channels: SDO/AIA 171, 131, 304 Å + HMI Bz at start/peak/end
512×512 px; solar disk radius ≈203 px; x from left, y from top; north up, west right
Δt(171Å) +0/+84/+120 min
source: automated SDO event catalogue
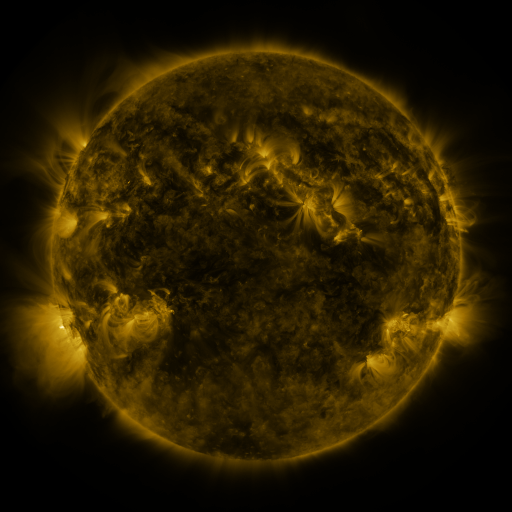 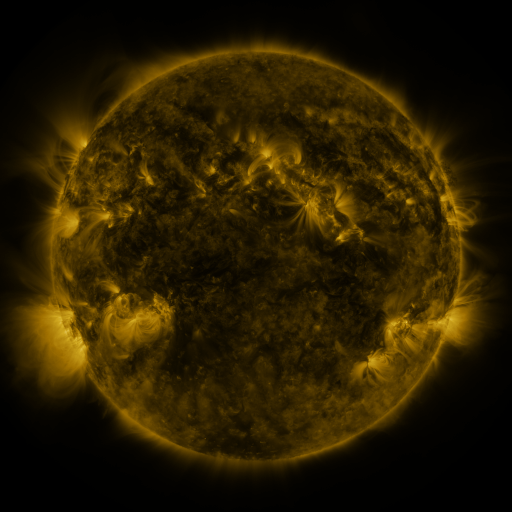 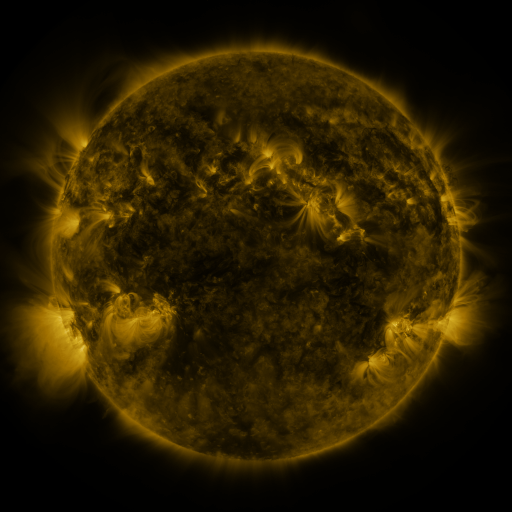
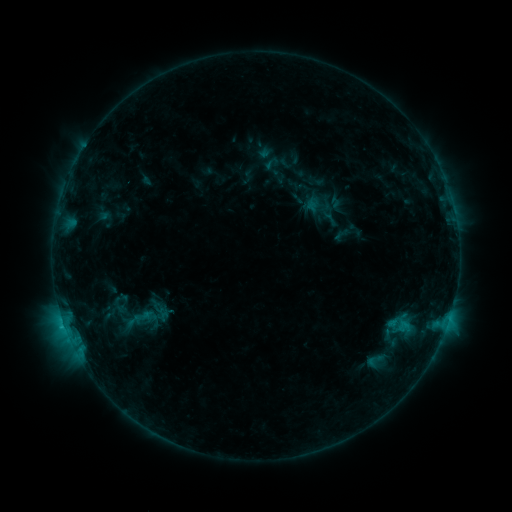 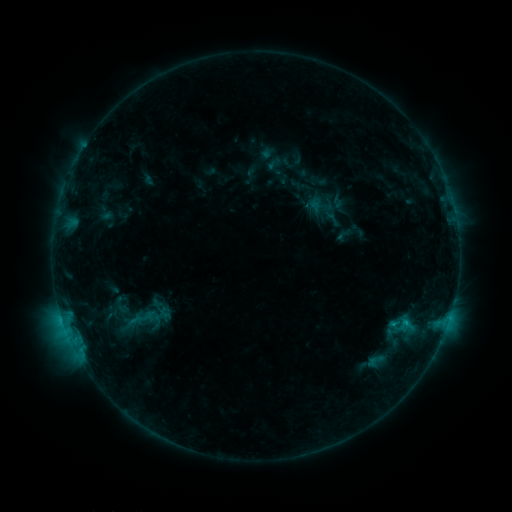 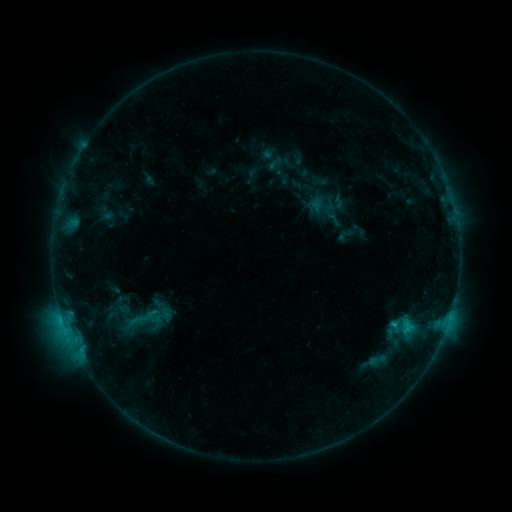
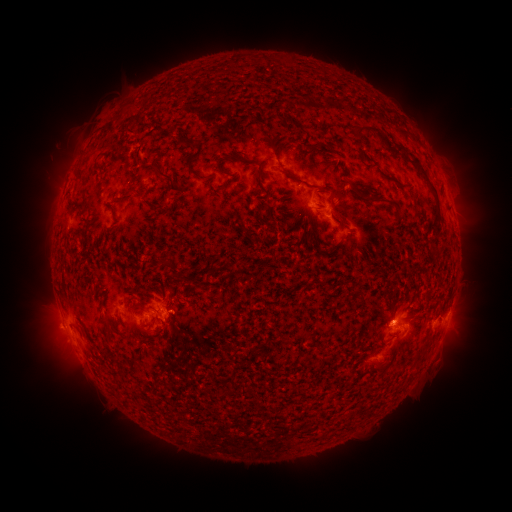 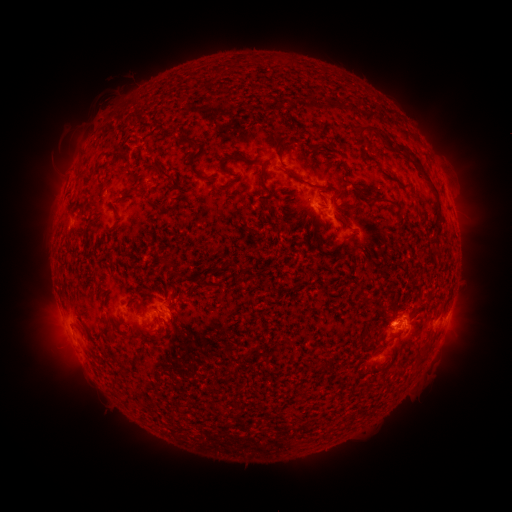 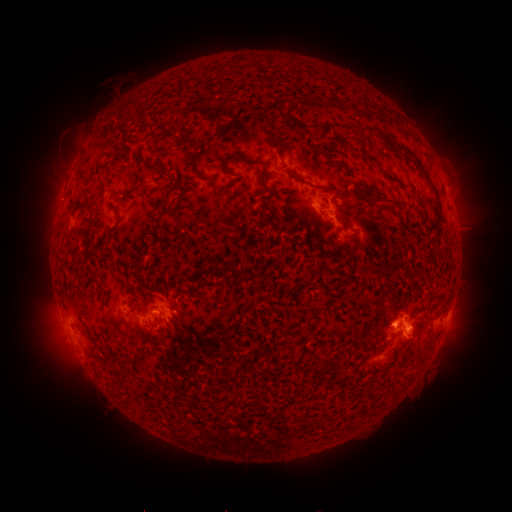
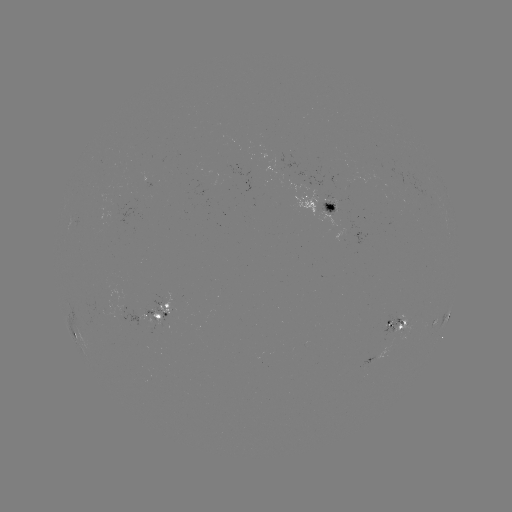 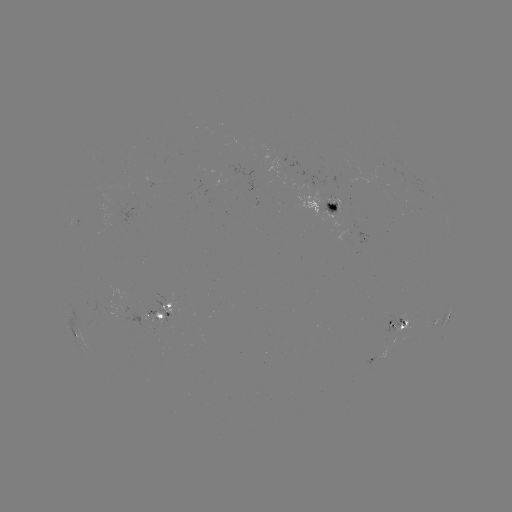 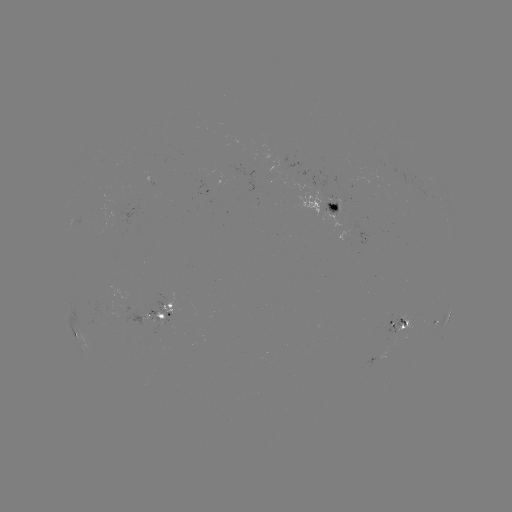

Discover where emerging-flux region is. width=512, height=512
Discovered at (106, 308).